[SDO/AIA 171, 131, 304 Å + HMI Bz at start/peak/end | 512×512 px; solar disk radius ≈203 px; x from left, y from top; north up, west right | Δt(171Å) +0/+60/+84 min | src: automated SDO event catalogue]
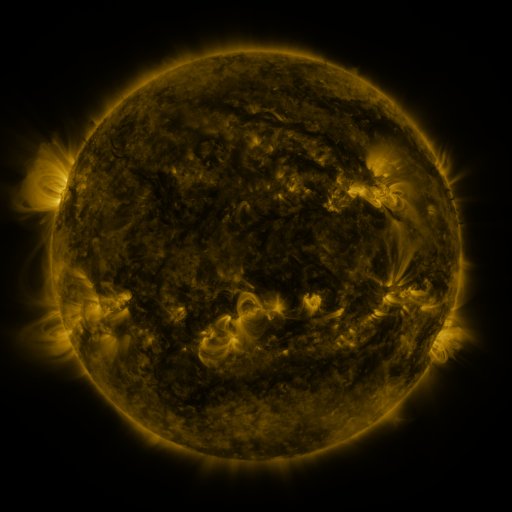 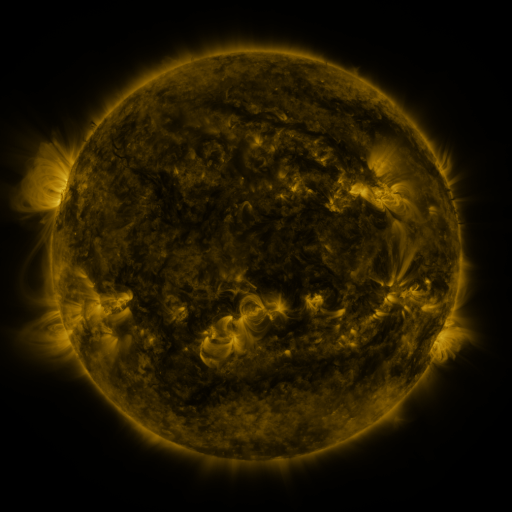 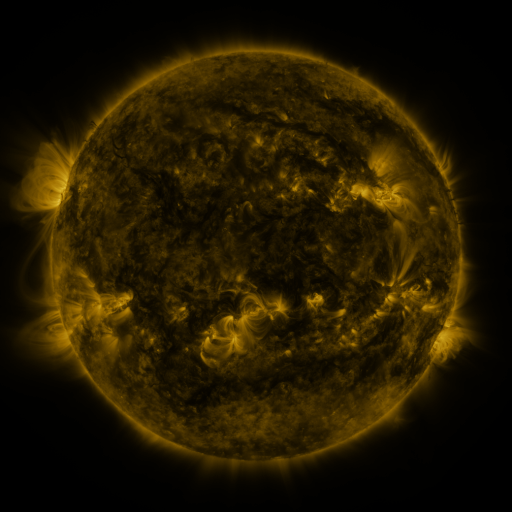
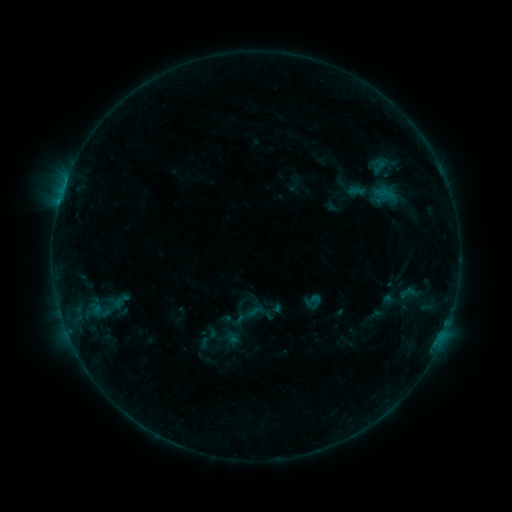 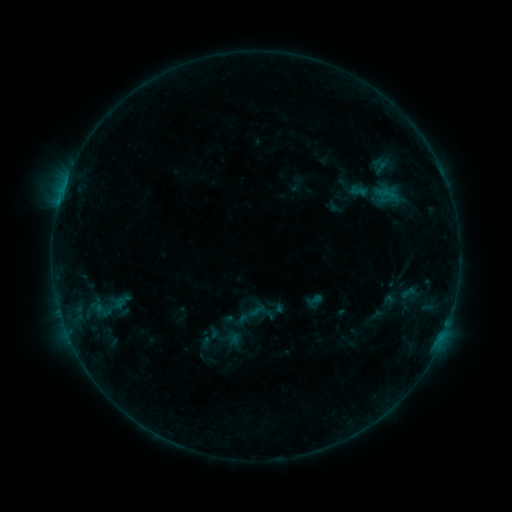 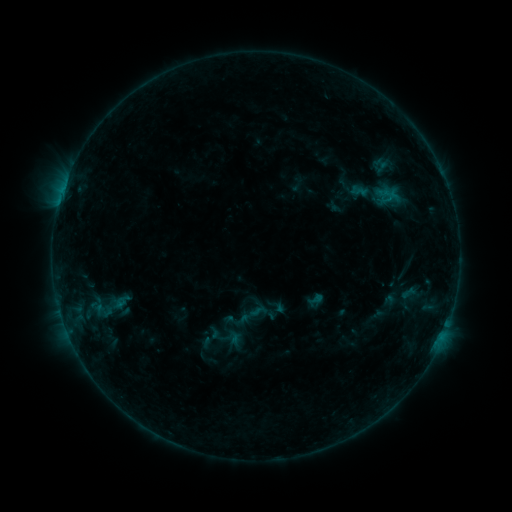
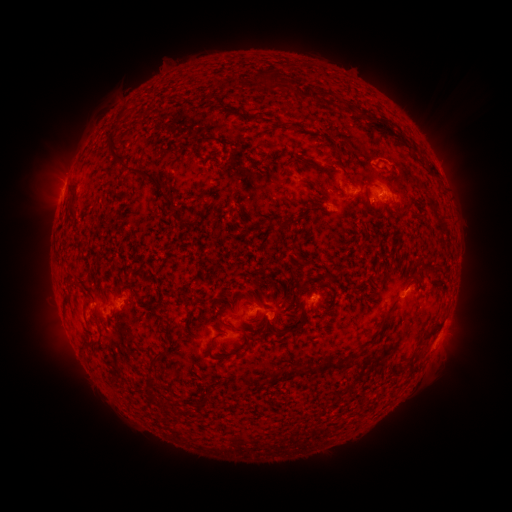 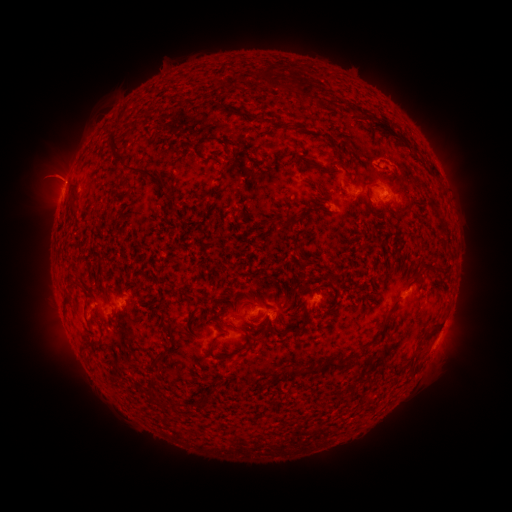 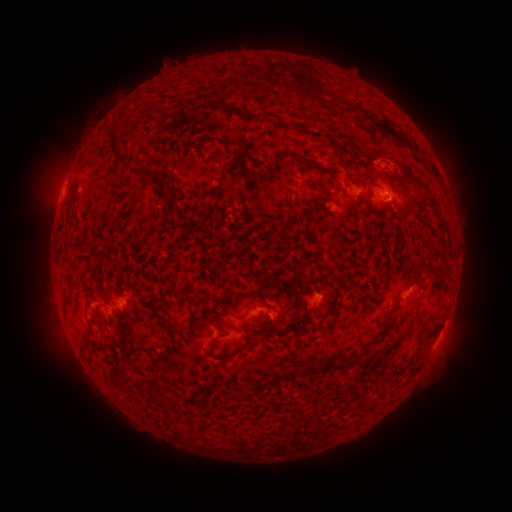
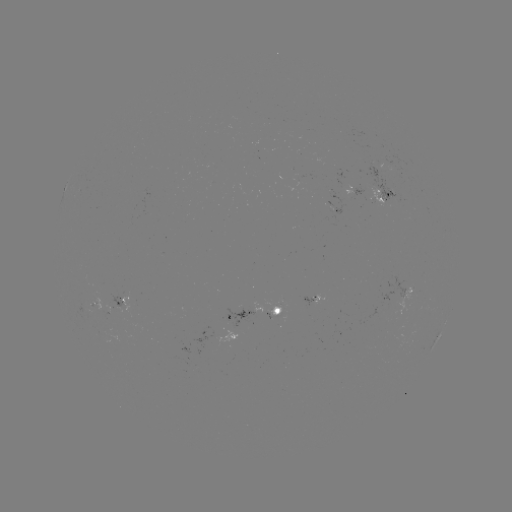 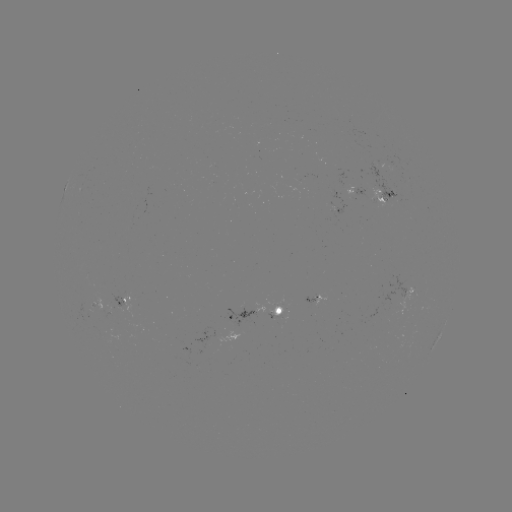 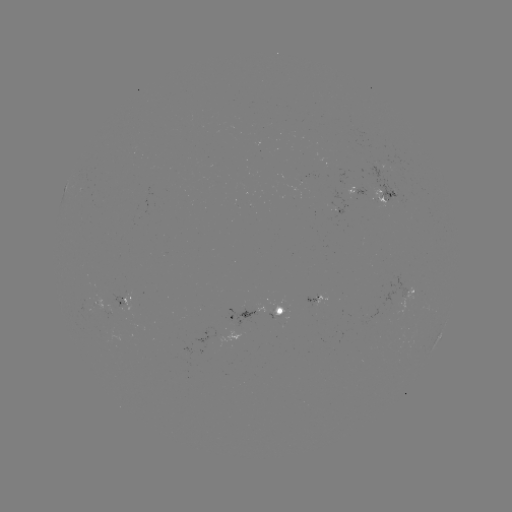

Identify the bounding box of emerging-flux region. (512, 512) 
[267, 315, 286, 319].